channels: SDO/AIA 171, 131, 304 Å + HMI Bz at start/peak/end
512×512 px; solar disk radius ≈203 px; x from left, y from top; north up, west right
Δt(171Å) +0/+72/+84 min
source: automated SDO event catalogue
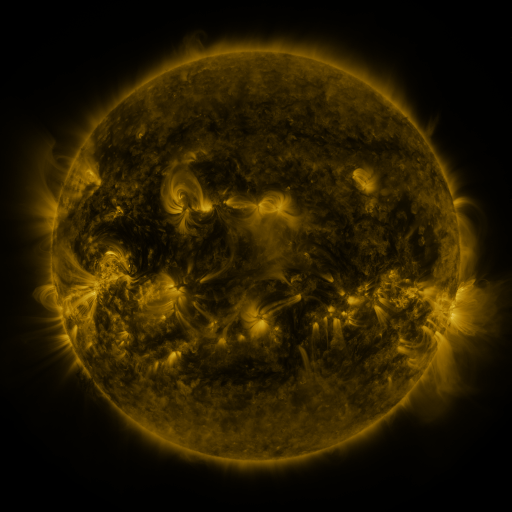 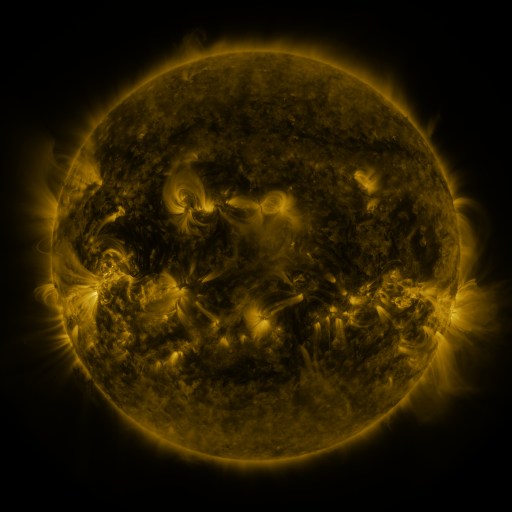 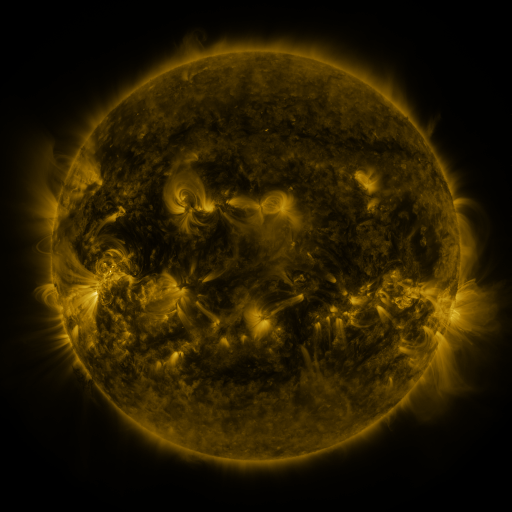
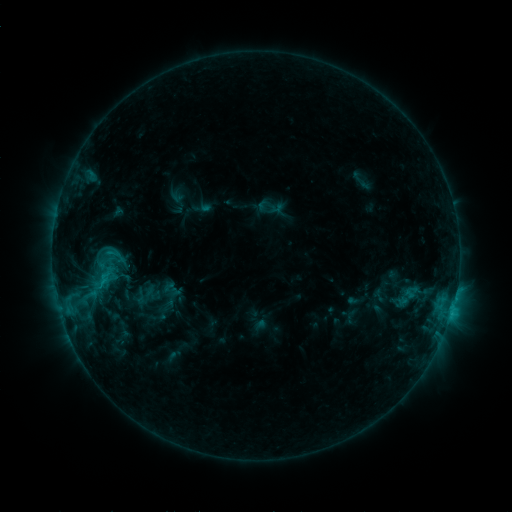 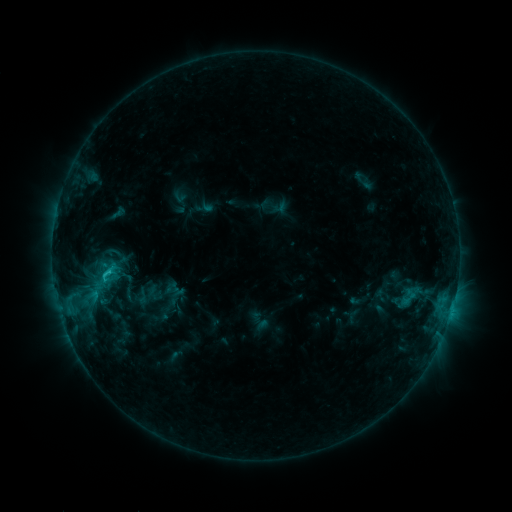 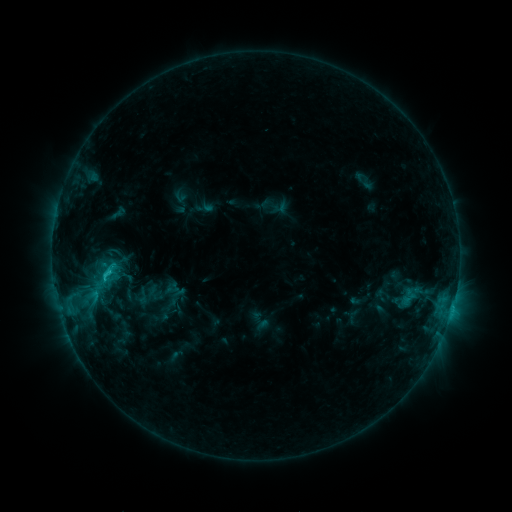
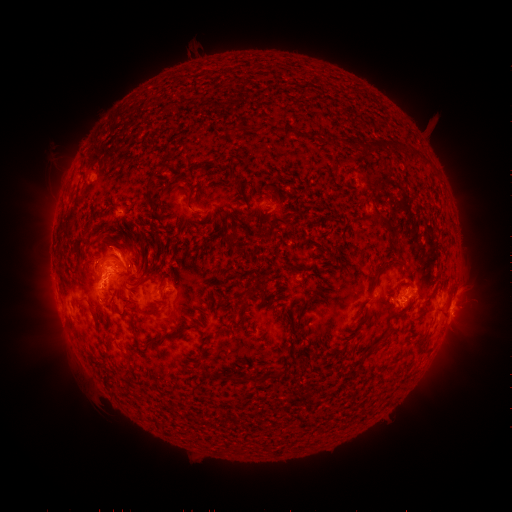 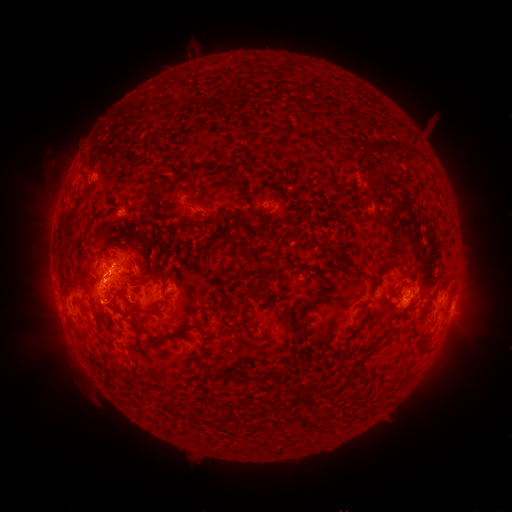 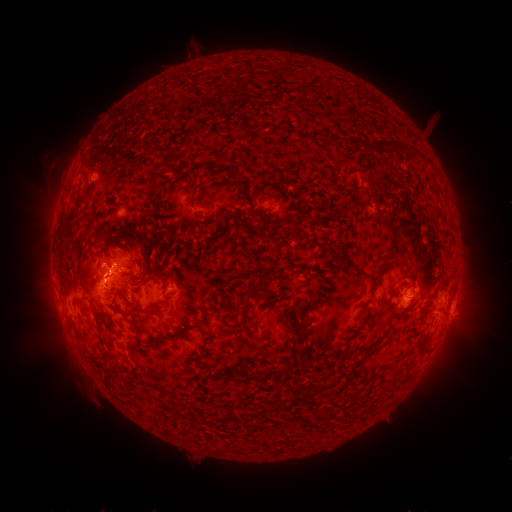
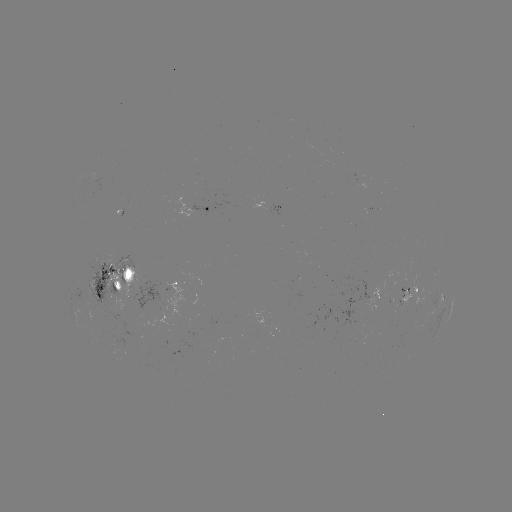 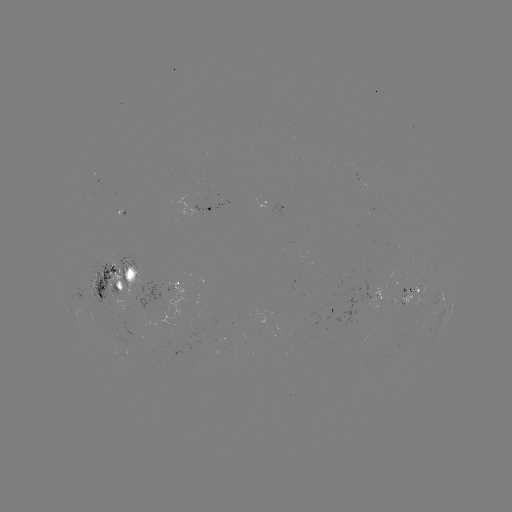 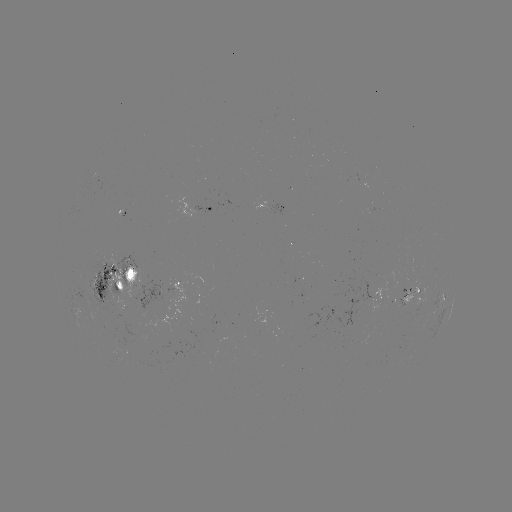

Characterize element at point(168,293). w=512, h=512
emerging-flux region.